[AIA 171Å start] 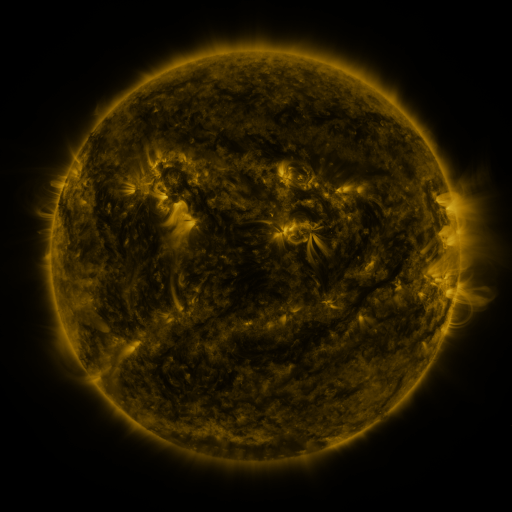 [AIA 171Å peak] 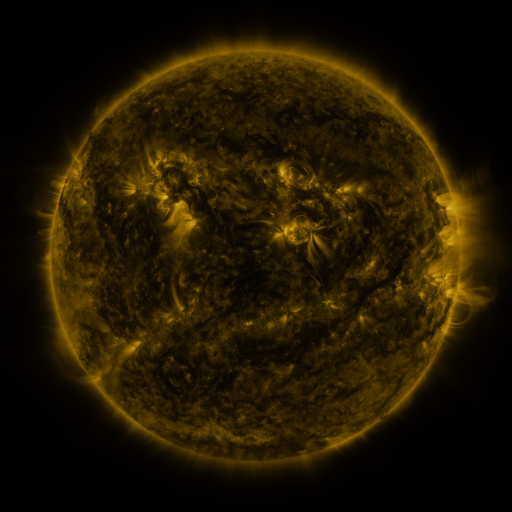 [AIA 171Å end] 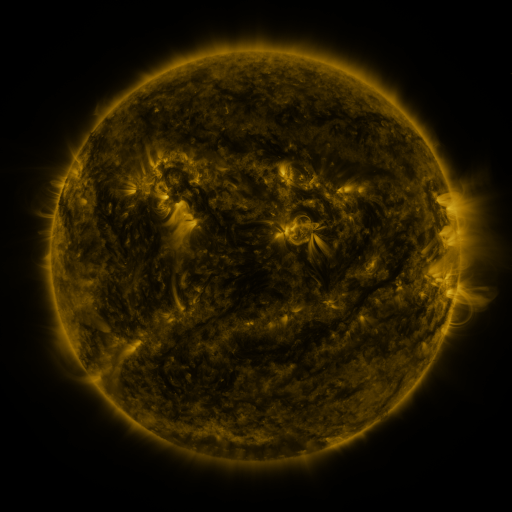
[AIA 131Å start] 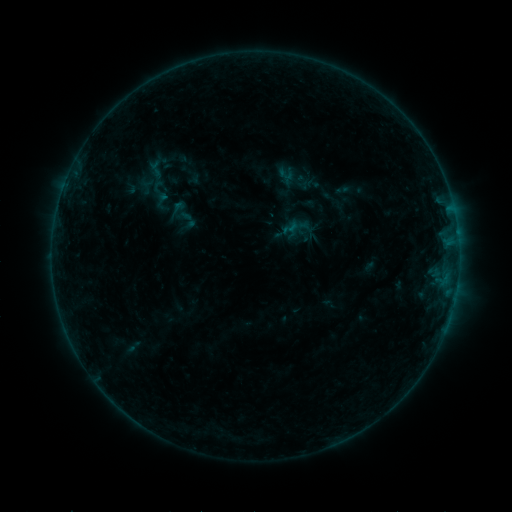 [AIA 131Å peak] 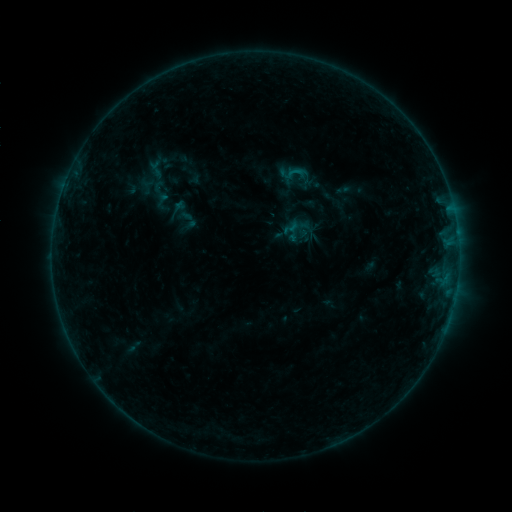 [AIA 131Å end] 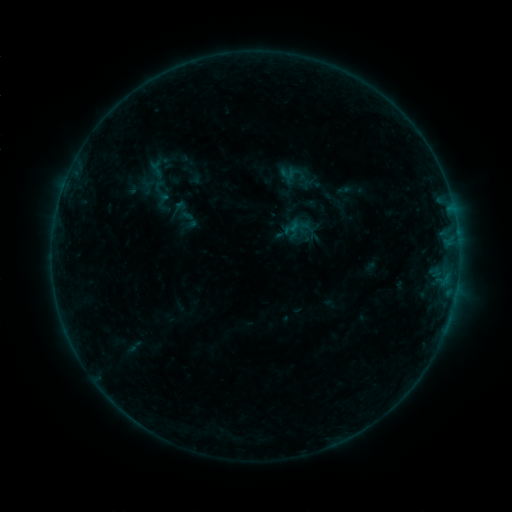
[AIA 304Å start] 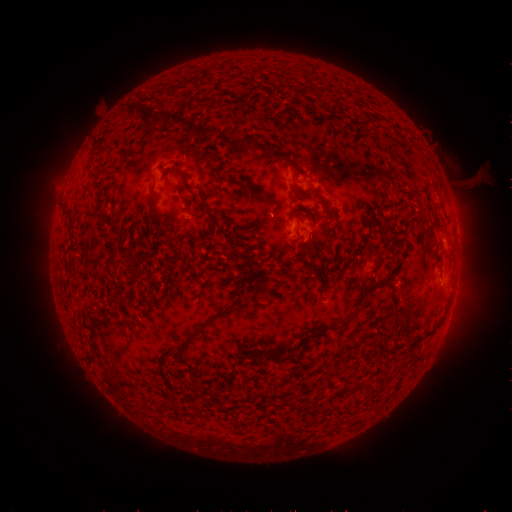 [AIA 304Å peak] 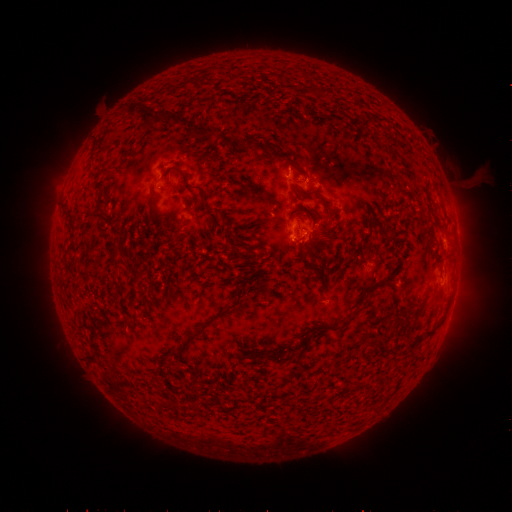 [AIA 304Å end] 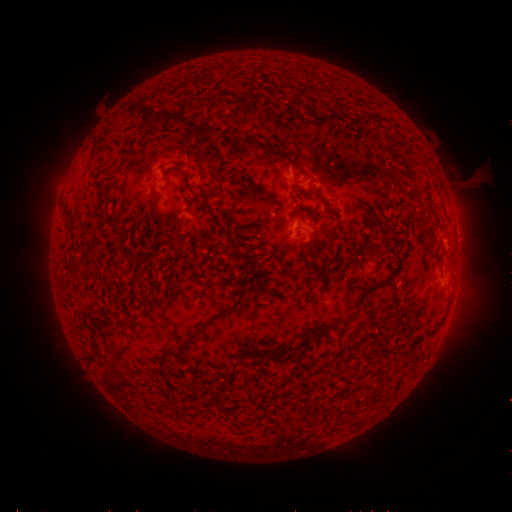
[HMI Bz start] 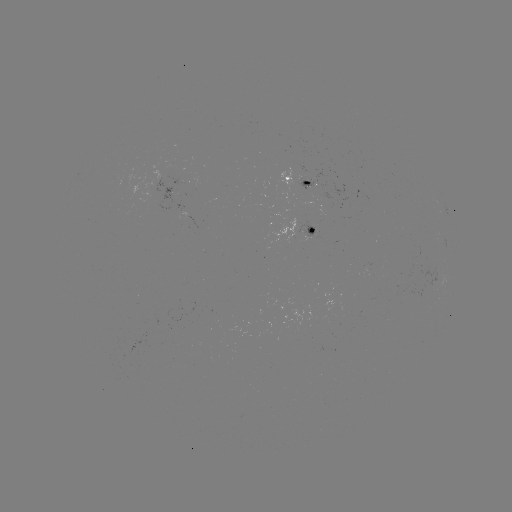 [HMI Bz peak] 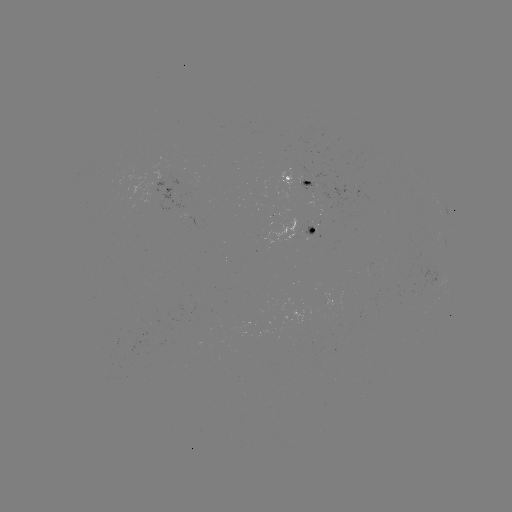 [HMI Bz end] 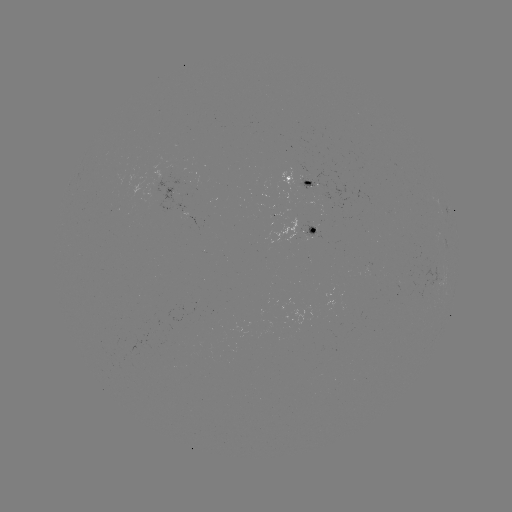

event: flare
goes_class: B3.9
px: (295, 172)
